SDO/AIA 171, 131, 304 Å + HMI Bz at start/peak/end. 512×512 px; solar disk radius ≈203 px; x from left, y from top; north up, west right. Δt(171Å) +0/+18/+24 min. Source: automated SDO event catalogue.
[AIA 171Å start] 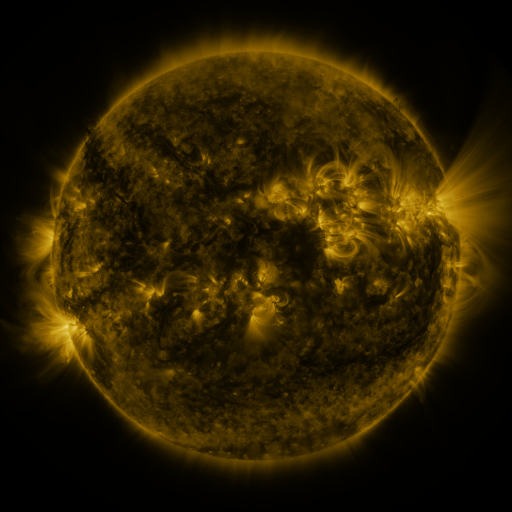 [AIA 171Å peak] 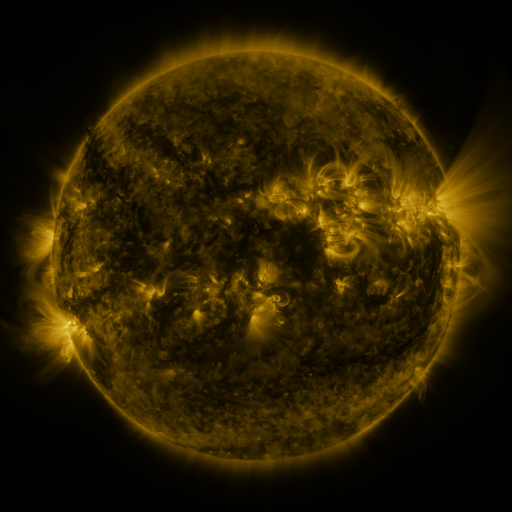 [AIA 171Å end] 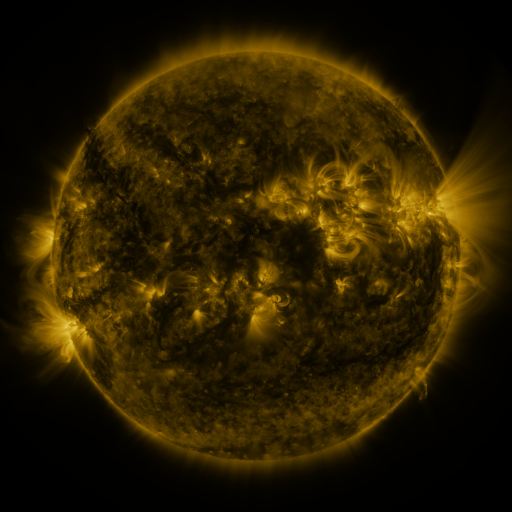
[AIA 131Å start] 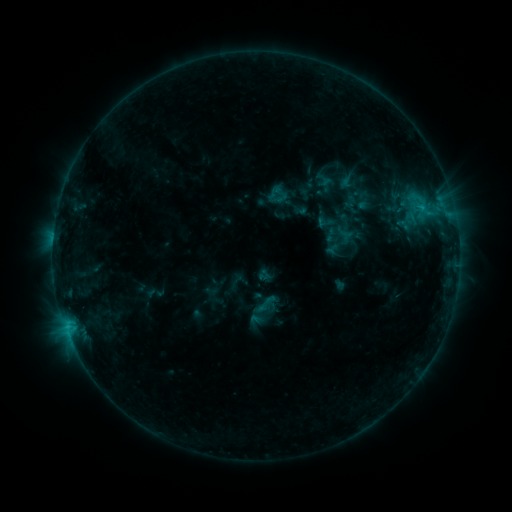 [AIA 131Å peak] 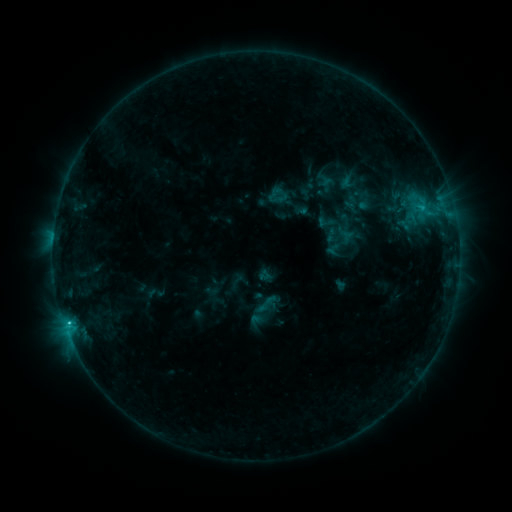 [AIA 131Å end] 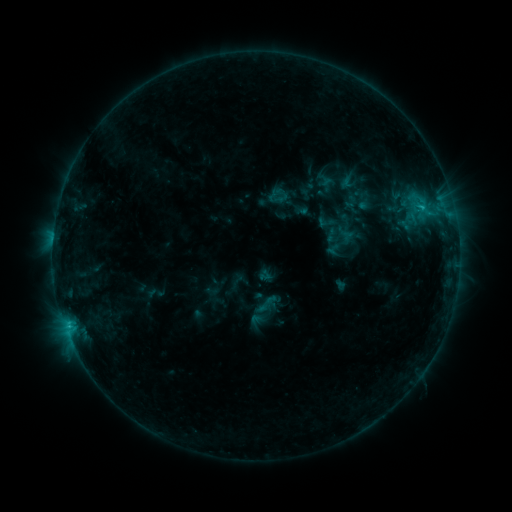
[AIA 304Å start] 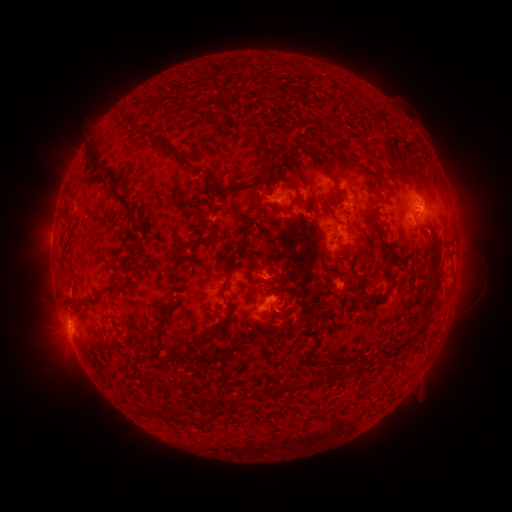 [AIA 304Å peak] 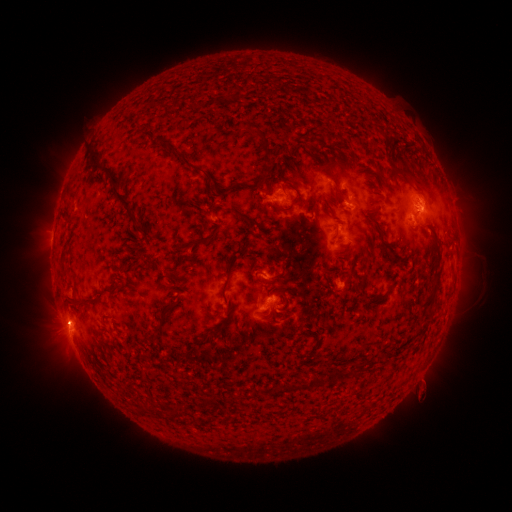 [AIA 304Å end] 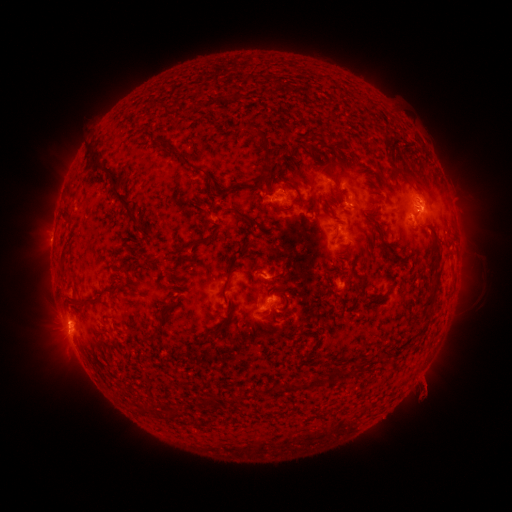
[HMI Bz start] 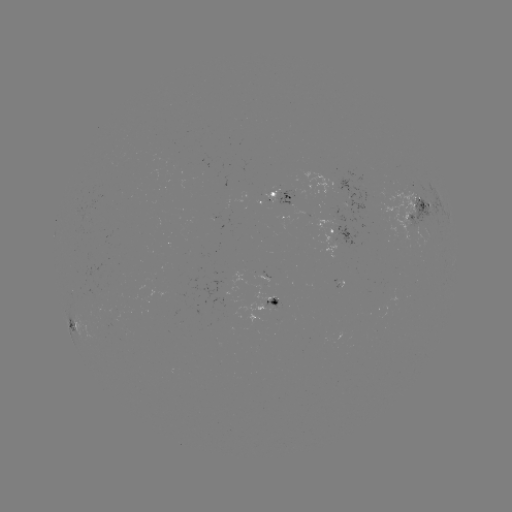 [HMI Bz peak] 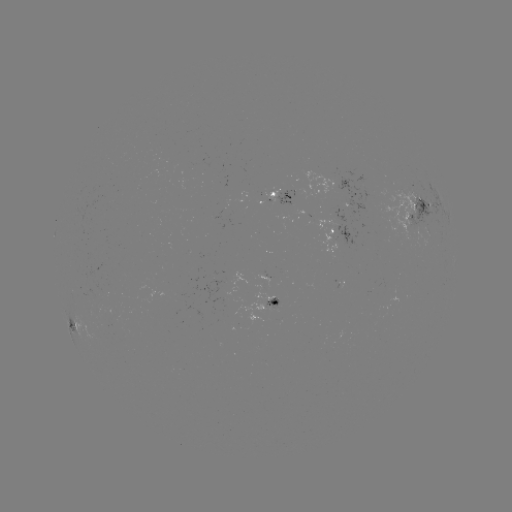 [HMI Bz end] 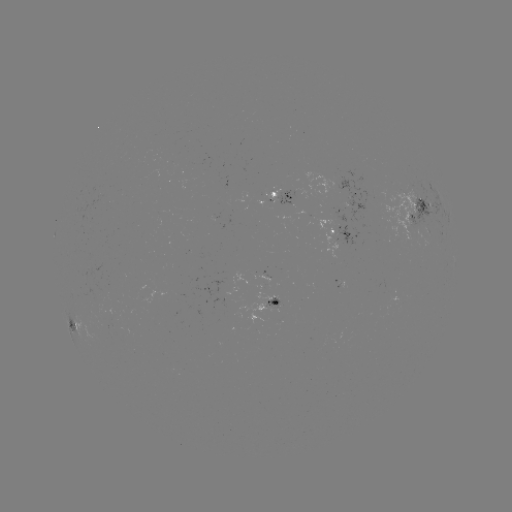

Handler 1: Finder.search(C1.2 flare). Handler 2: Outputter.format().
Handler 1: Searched C1.2 flare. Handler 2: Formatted (69, 322).